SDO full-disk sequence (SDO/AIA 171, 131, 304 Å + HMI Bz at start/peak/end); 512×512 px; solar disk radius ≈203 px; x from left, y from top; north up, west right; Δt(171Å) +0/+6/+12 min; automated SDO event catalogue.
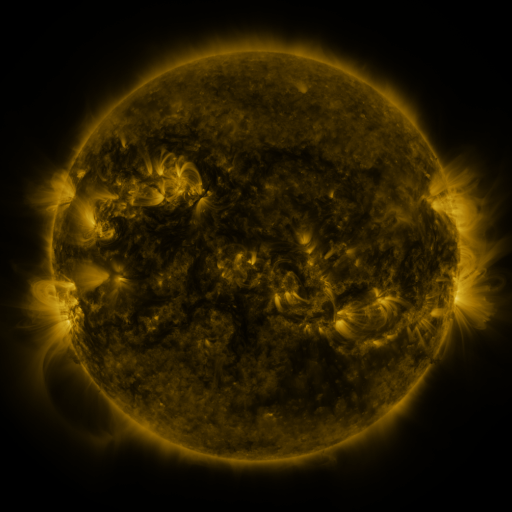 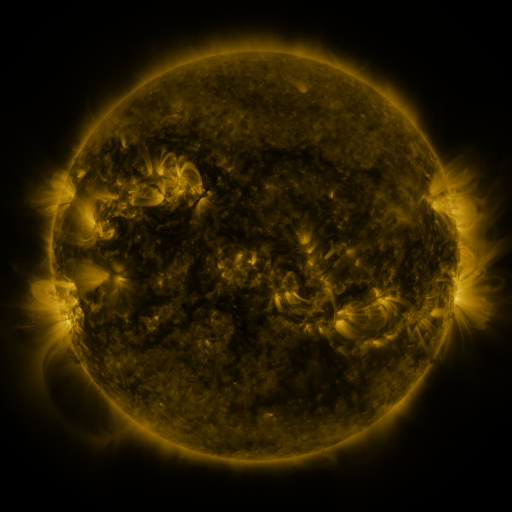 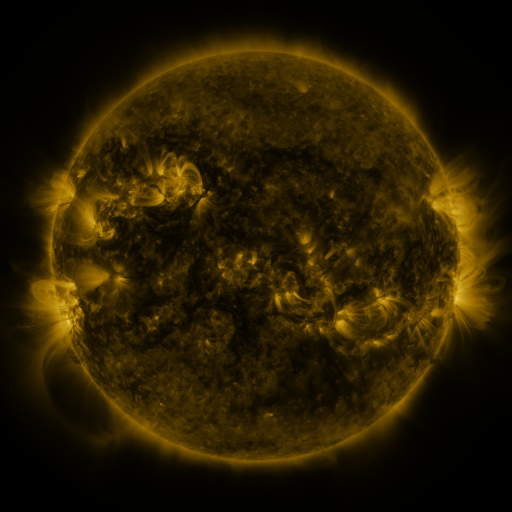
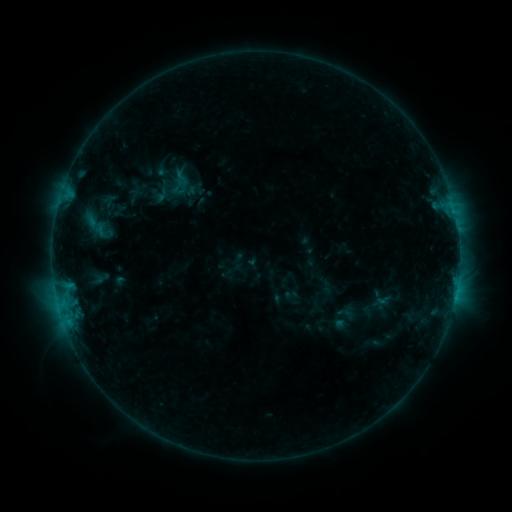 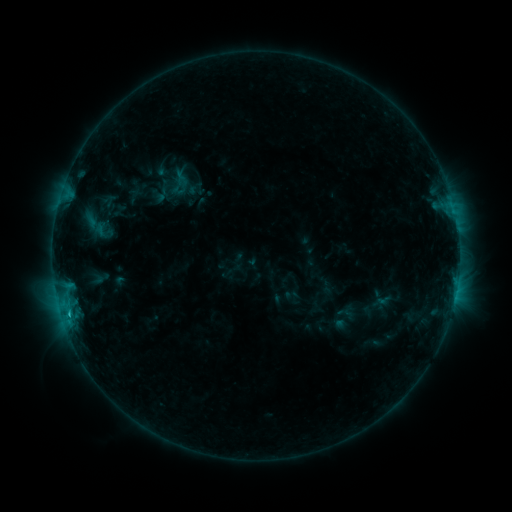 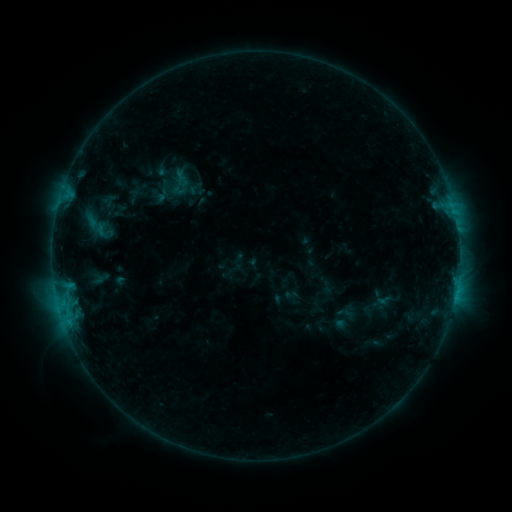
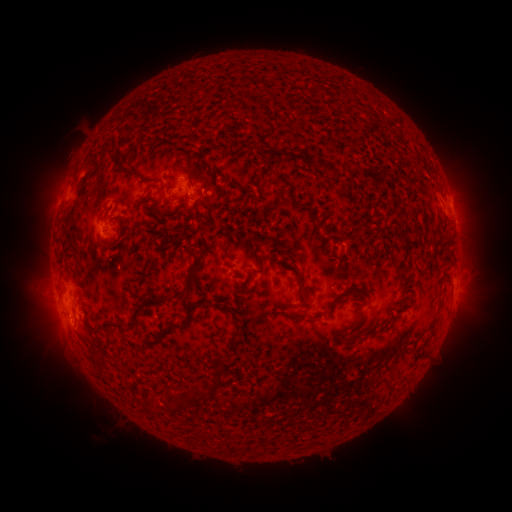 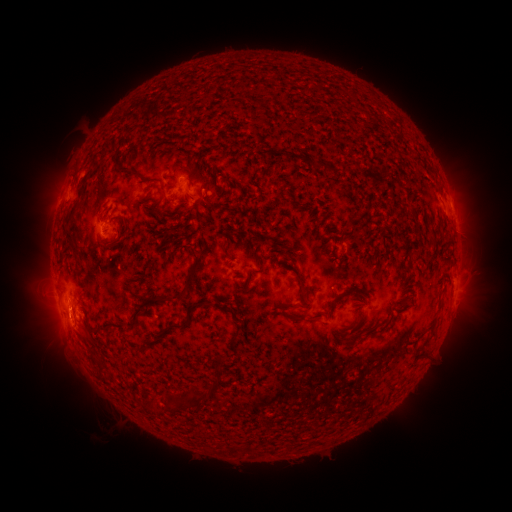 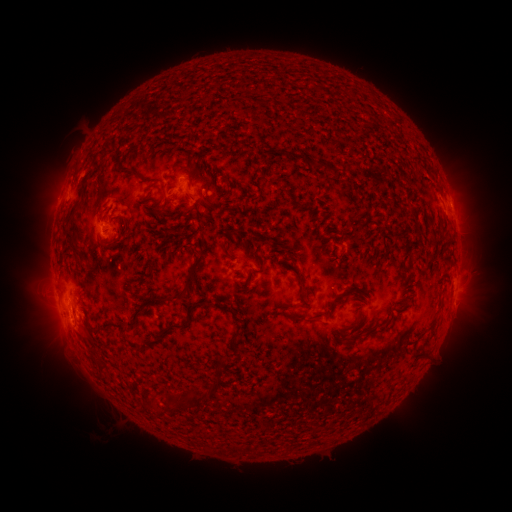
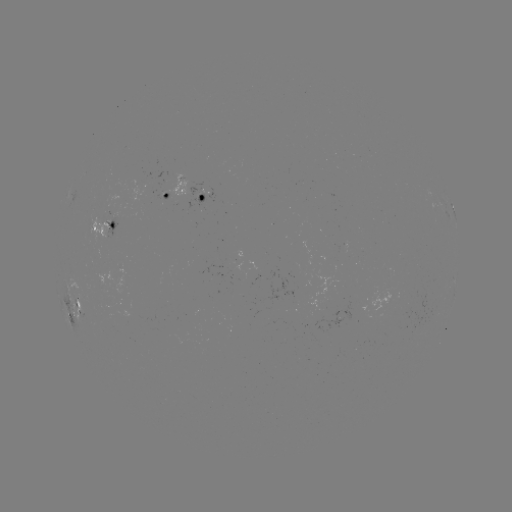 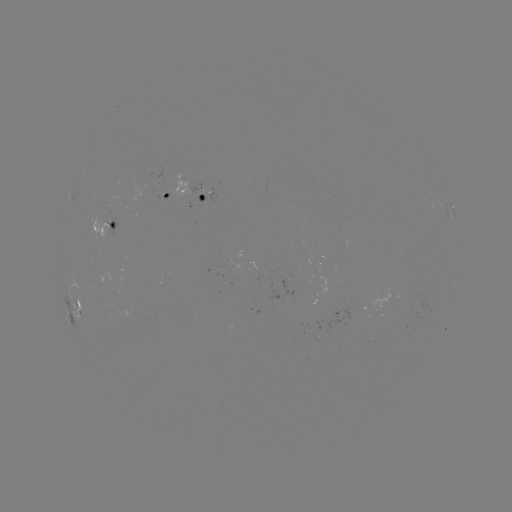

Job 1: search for B8.5 flare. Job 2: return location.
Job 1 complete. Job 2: (69, 313).